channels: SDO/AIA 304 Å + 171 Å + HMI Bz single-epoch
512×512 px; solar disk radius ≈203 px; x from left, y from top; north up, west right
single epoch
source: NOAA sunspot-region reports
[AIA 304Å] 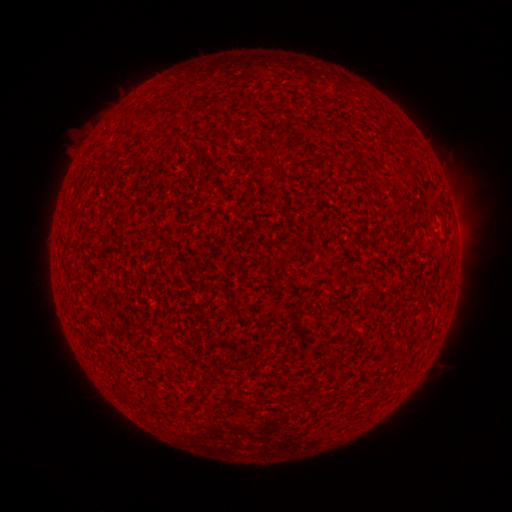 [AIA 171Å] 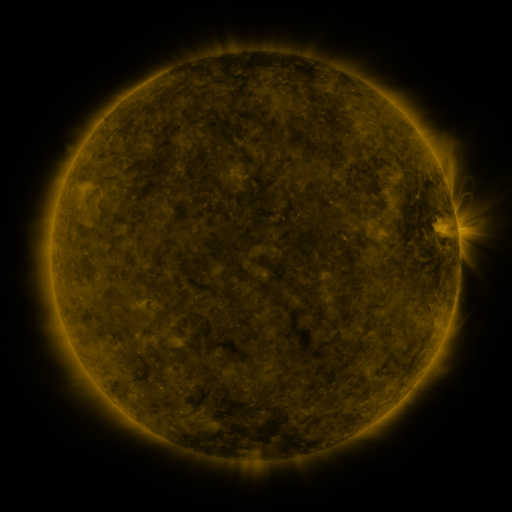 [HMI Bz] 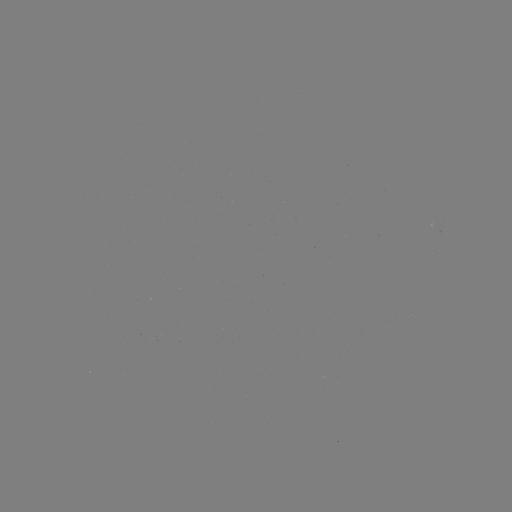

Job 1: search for spotted active region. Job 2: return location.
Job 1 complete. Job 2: [442, 227].